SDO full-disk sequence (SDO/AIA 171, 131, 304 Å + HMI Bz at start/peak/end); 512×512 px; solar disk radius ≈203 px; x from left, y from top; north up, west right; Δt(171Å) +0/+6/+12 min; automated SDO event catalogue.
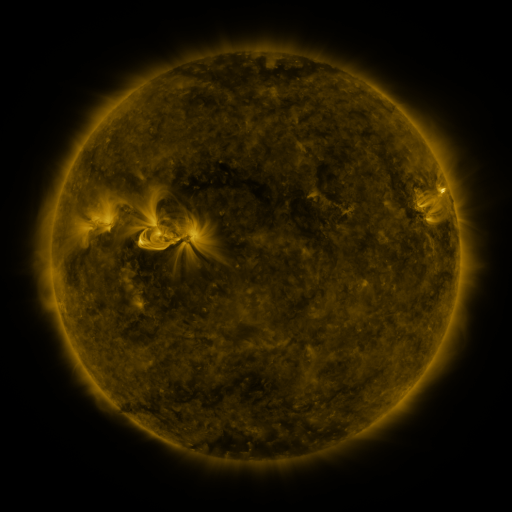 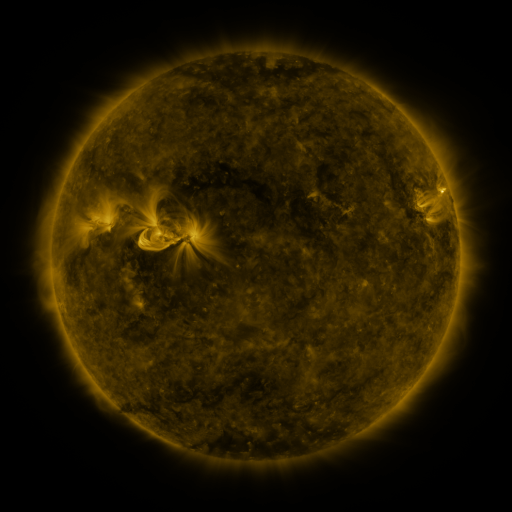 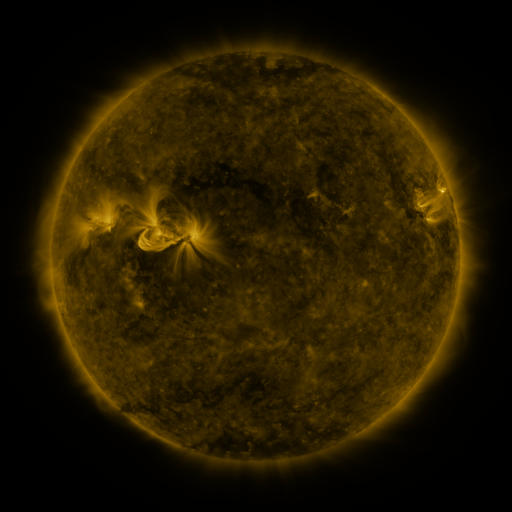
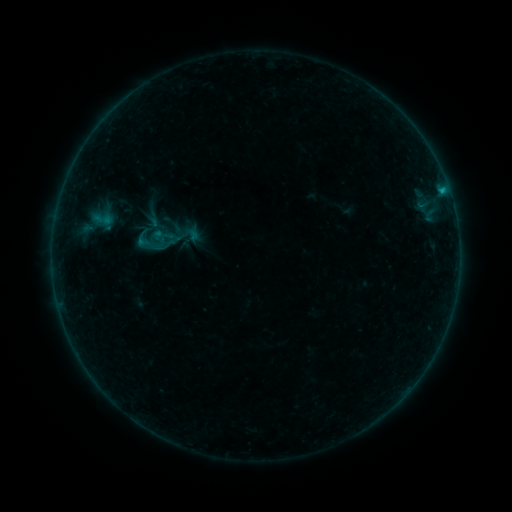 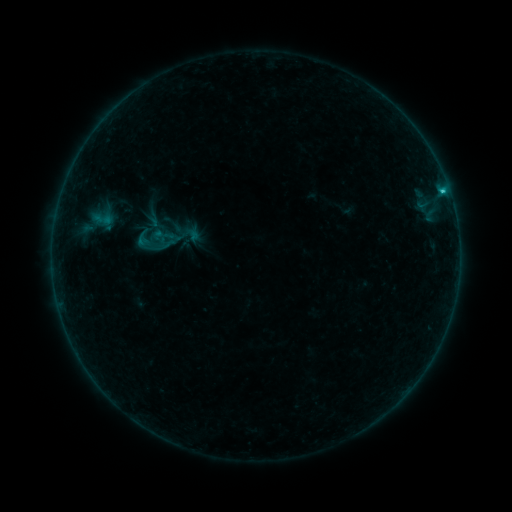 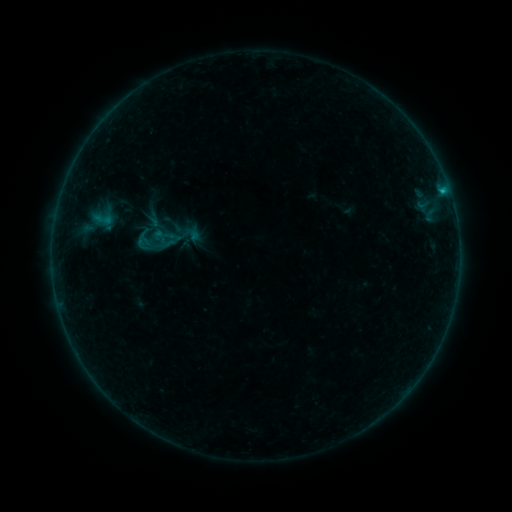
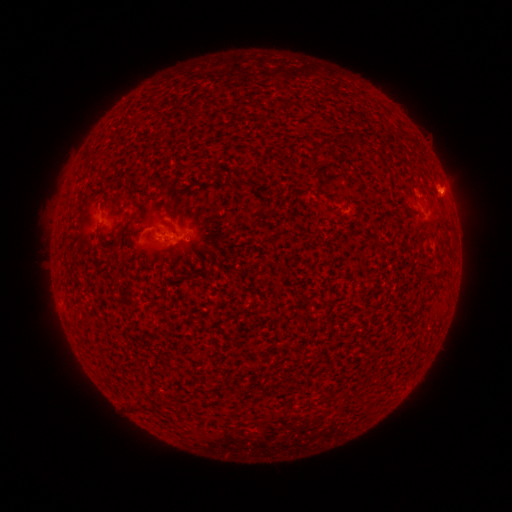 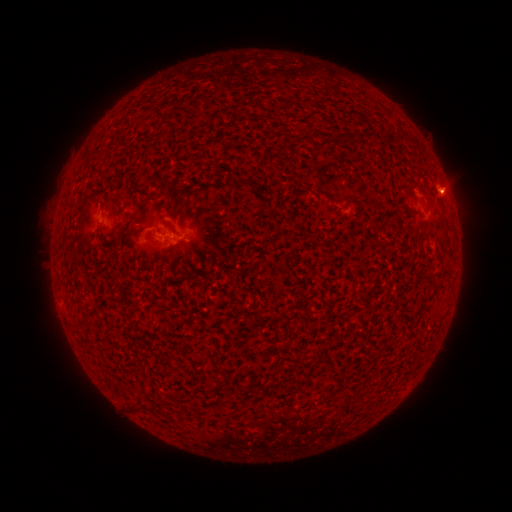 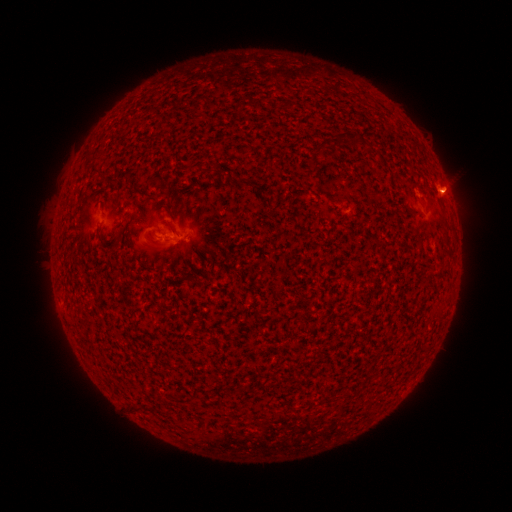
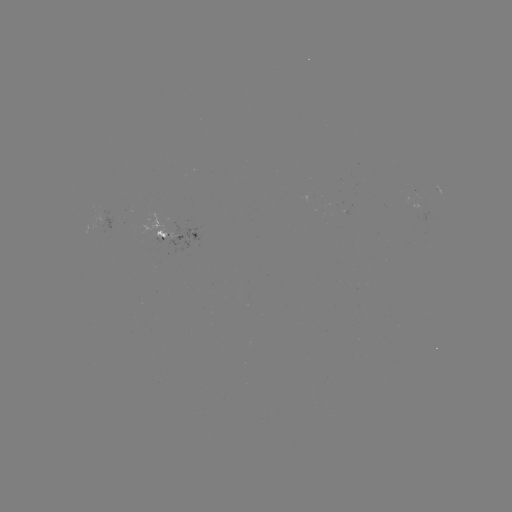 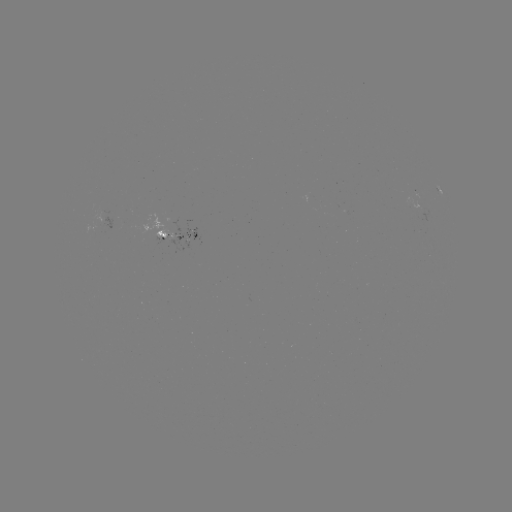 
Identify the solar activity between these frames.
B5.9 flare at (441, 193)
